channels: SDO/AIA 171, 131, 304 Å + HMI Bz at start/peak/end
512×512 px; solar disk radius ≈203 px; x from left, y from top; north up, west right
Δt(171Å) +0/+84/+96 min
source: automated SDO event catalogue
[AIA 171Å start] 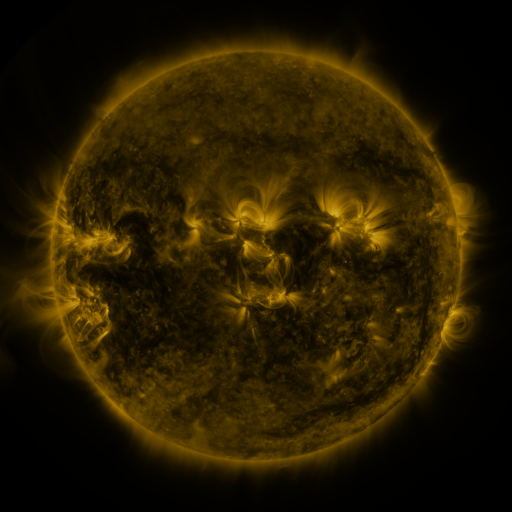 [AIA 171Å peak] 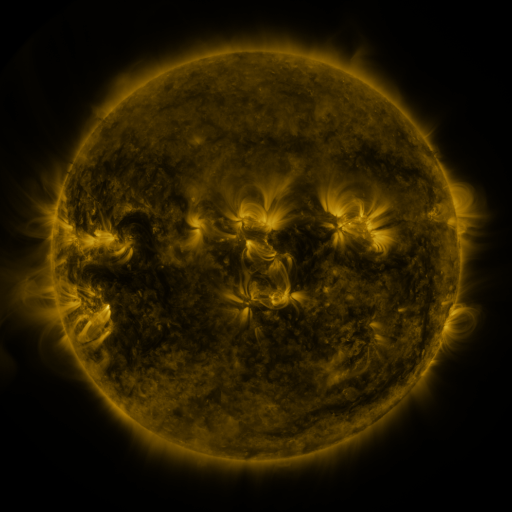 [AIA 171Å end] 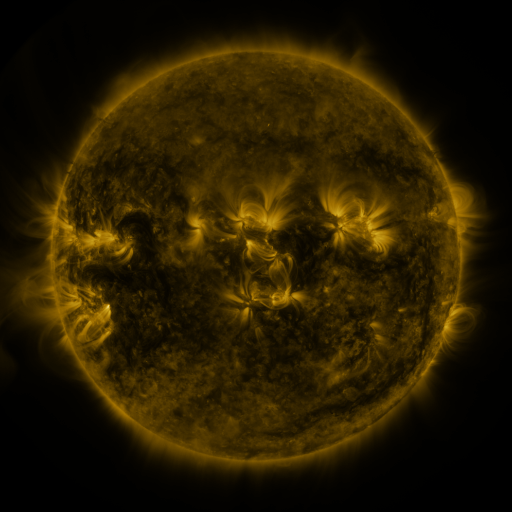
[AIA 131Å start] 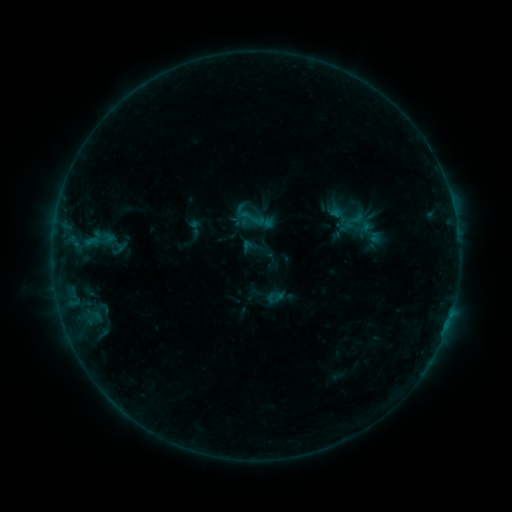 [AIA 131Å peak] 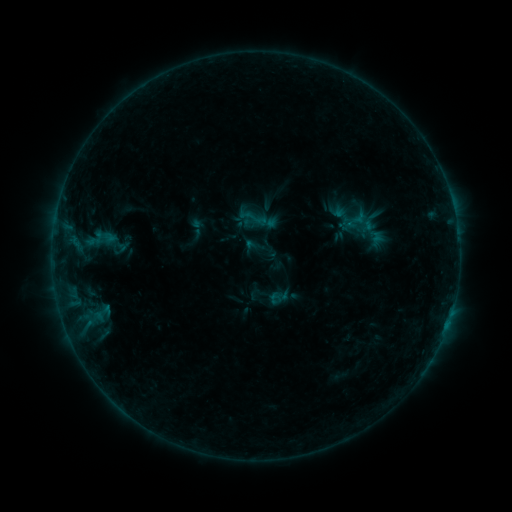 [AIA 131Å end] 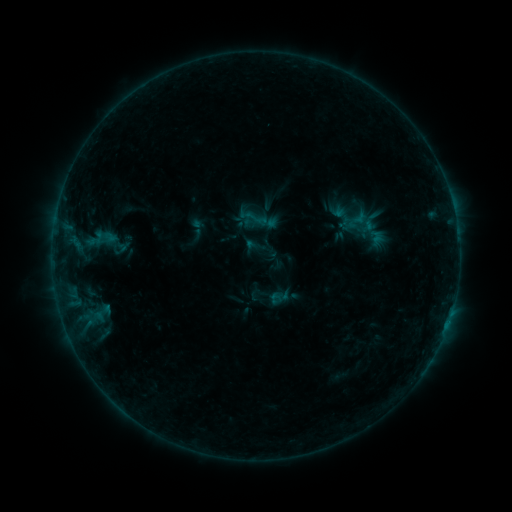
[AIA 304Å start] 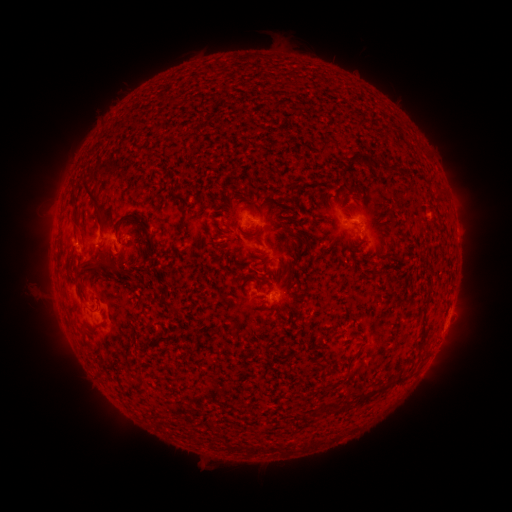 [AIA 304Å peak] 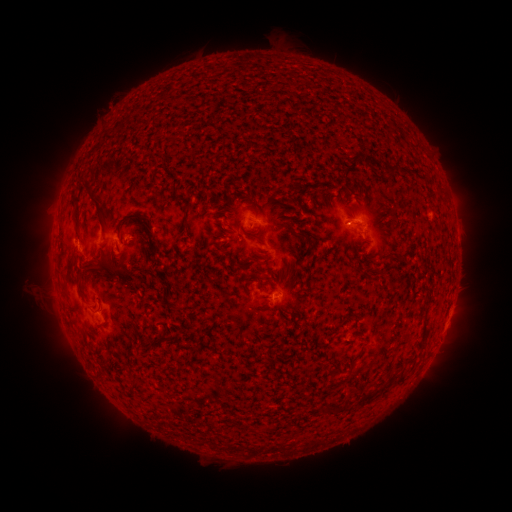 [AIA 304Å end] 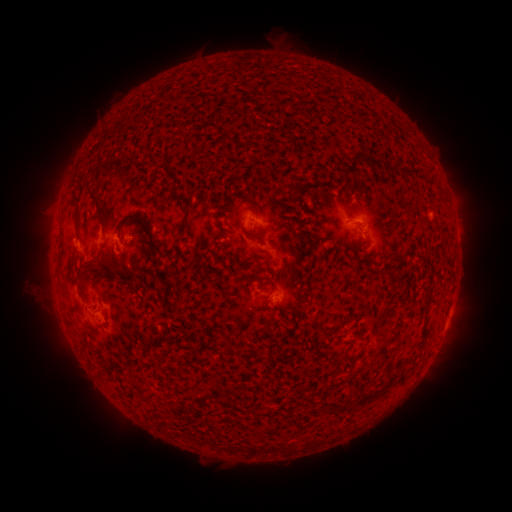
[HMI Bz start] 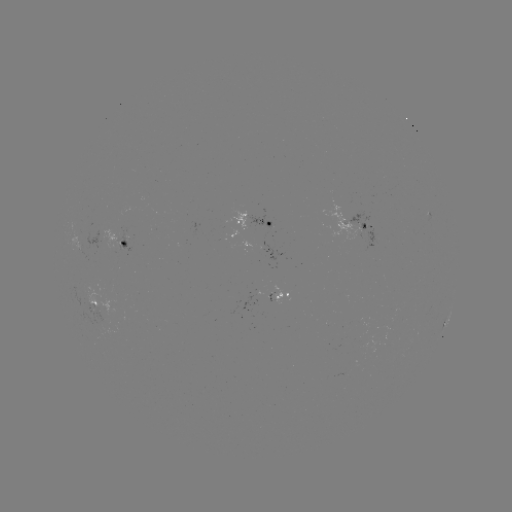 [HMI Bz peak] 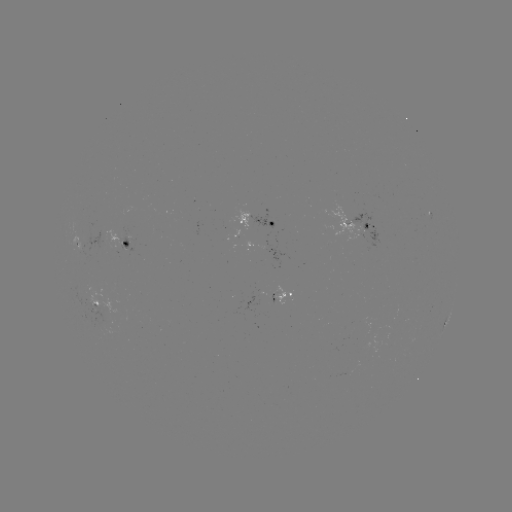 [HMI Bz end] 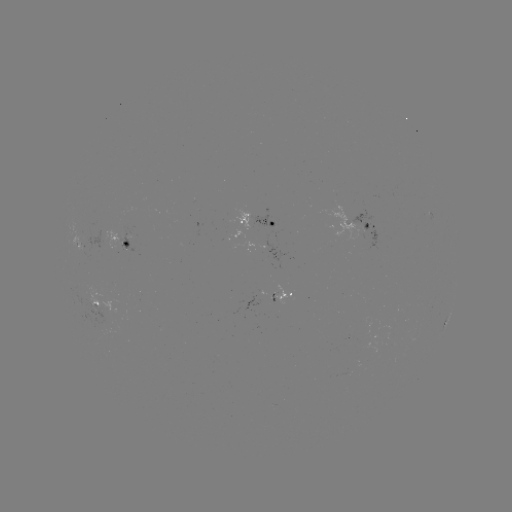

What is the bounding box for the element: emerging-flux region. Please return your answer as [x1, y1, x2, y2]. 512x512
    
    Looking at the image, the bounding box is [73, 293, 113, 341].